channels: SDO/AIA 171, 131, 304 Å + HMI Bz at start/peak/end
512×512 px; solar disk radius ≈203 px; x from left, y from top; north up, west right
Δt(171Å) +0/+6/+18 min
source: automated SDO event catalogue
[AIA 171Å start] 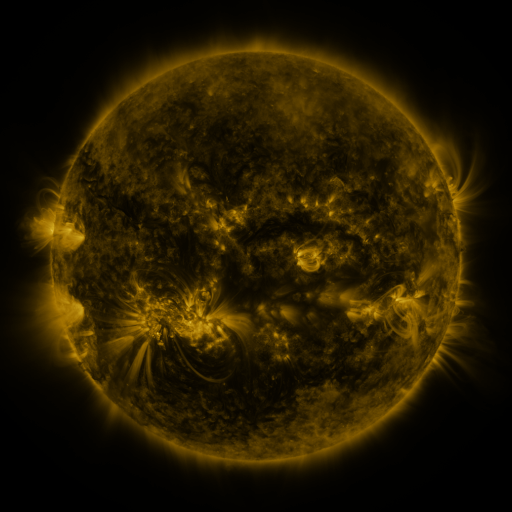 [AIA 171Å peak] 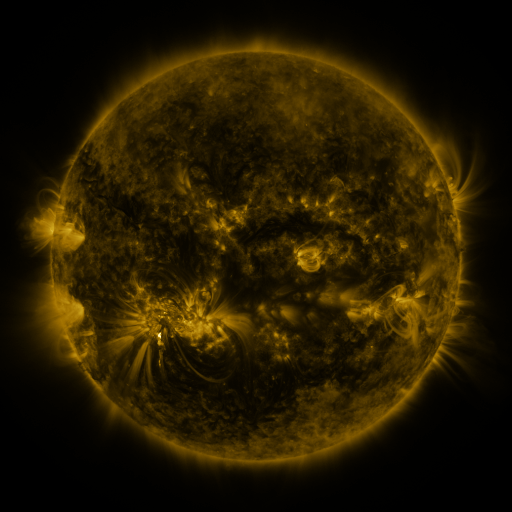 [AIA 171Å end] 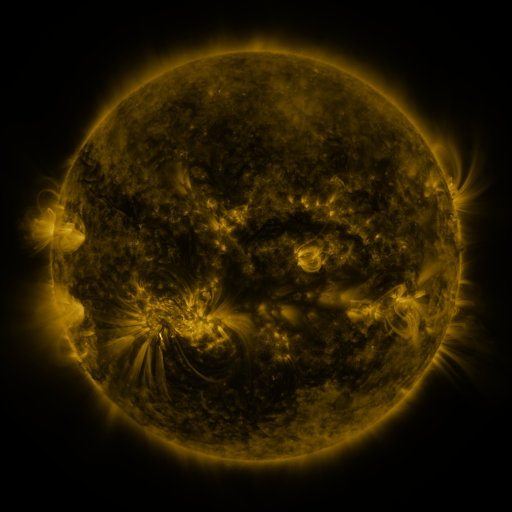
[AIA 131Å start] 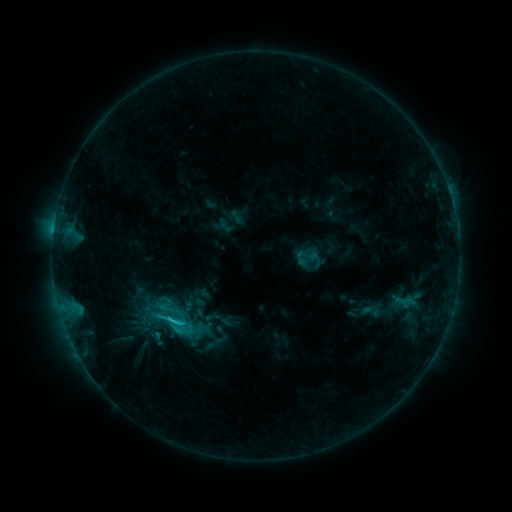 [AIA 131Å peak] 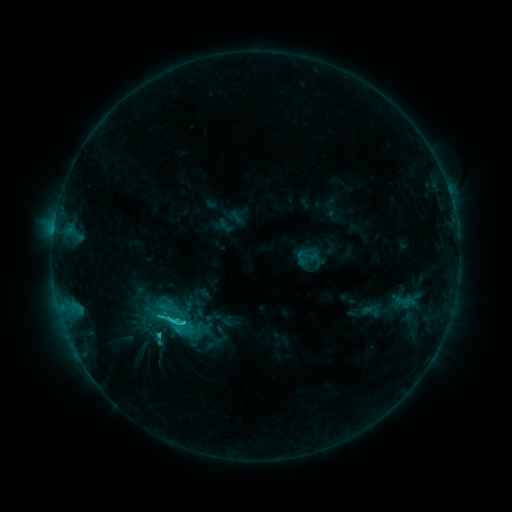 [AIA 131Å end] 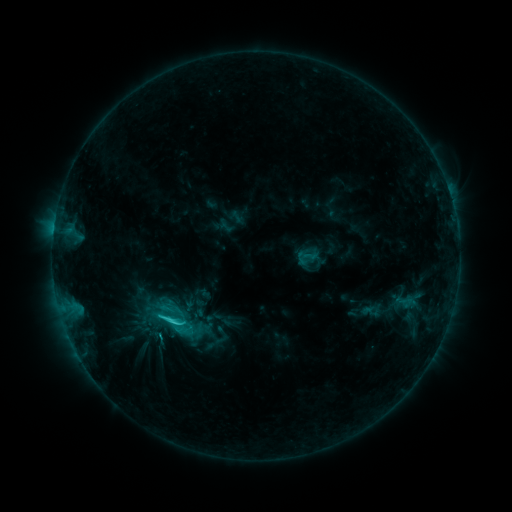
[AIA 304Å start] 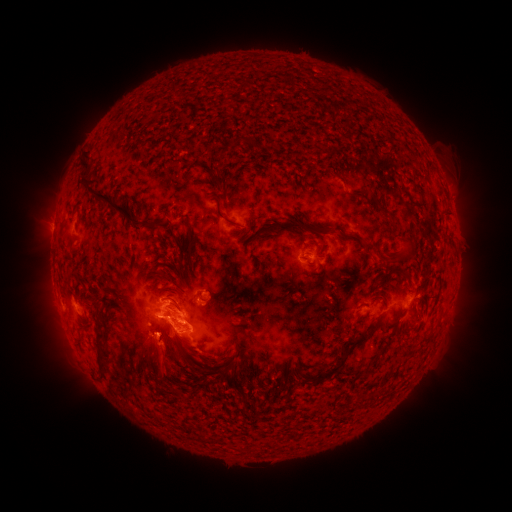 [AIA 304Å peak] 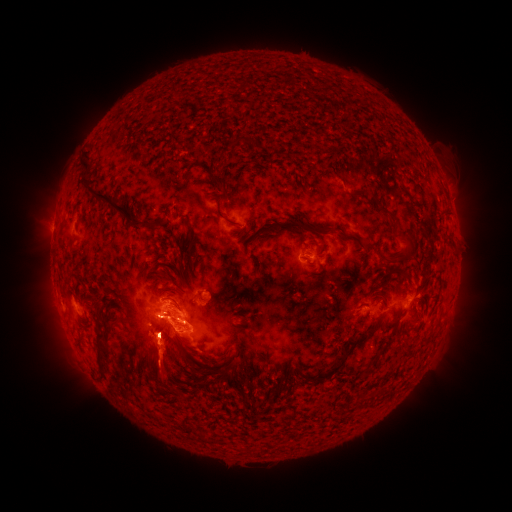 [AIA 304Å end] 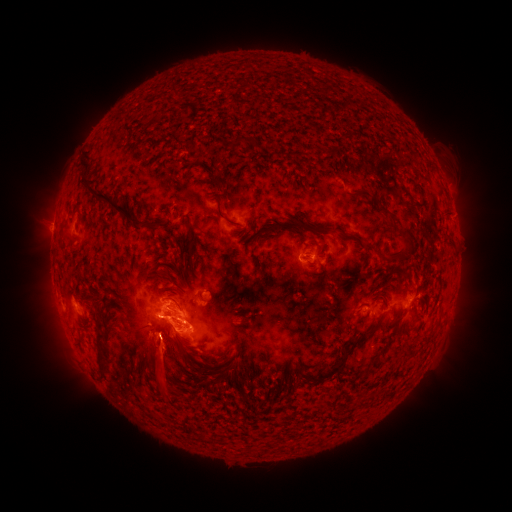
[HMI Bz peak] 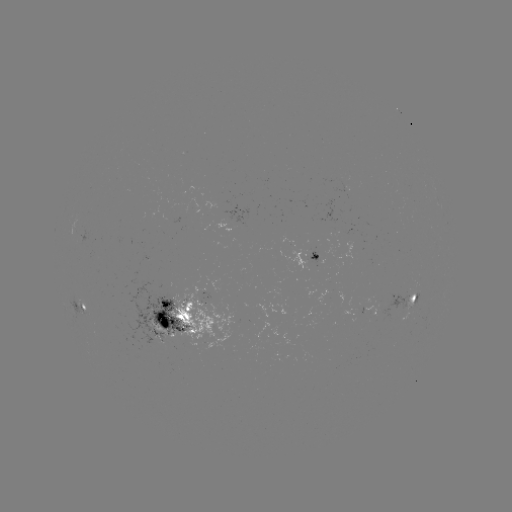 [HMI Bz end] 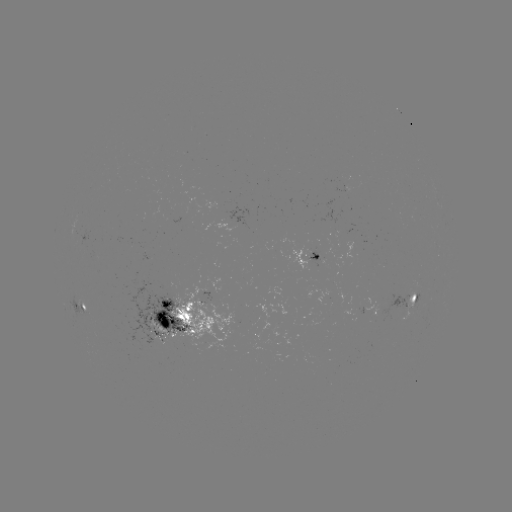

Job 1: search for eruption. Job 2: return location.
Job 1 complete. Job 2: [161, 371].